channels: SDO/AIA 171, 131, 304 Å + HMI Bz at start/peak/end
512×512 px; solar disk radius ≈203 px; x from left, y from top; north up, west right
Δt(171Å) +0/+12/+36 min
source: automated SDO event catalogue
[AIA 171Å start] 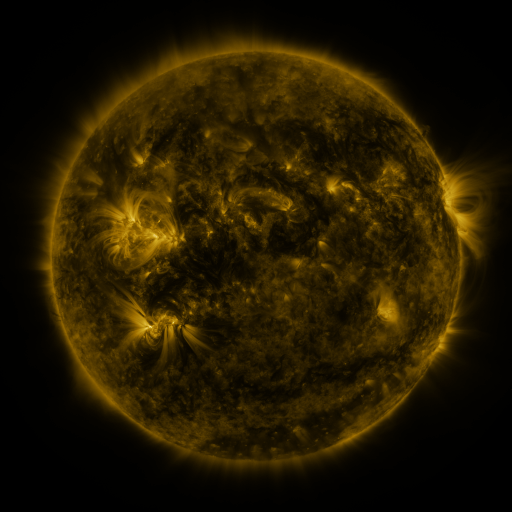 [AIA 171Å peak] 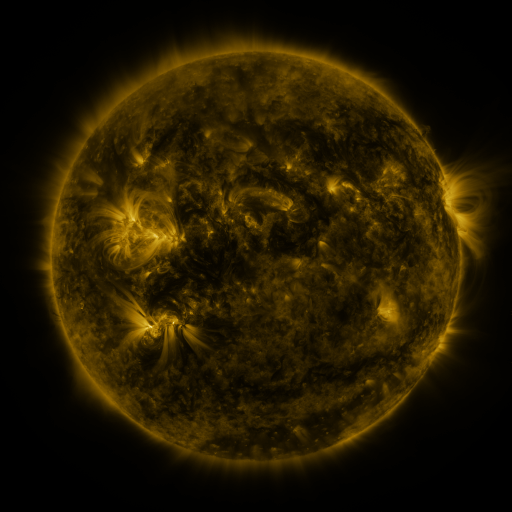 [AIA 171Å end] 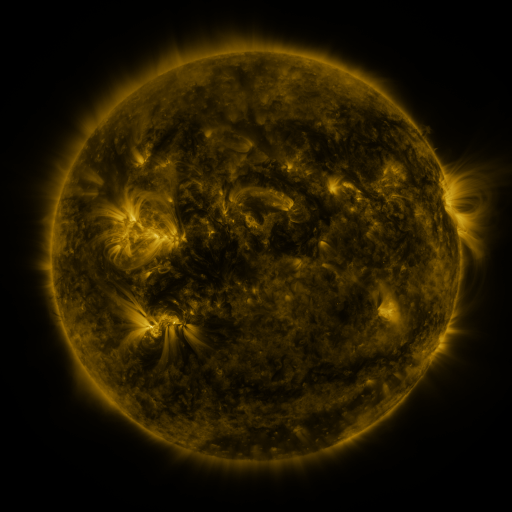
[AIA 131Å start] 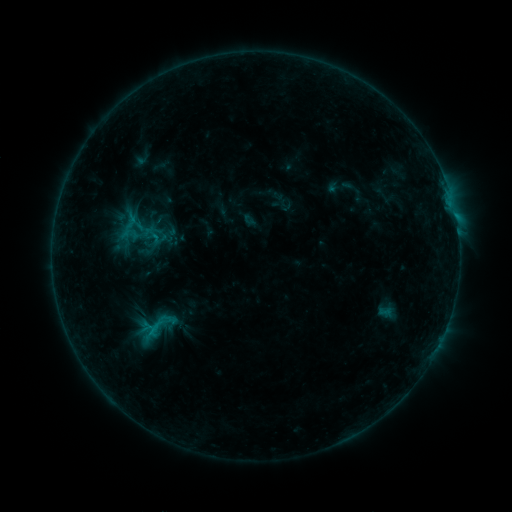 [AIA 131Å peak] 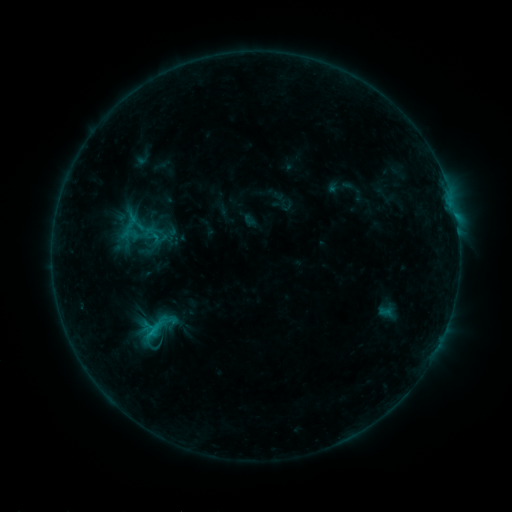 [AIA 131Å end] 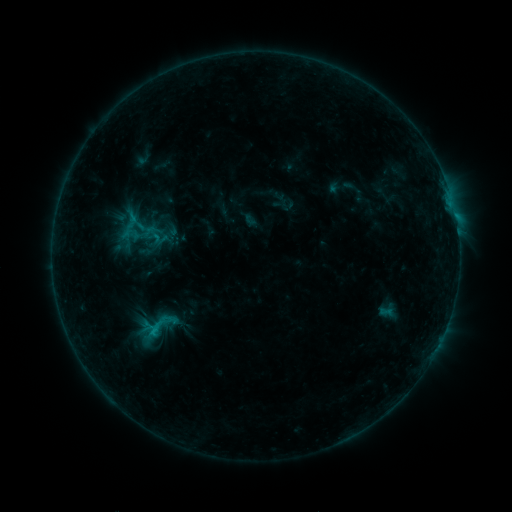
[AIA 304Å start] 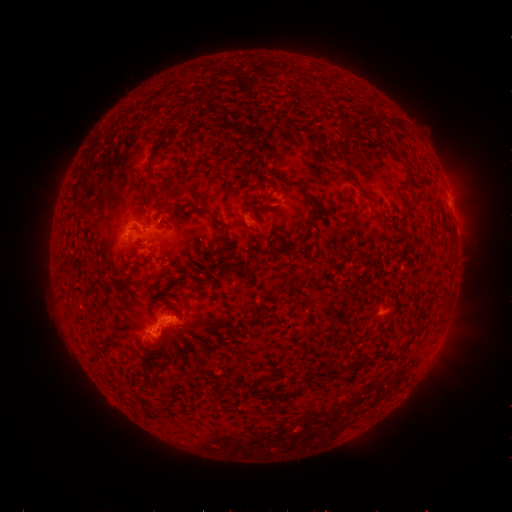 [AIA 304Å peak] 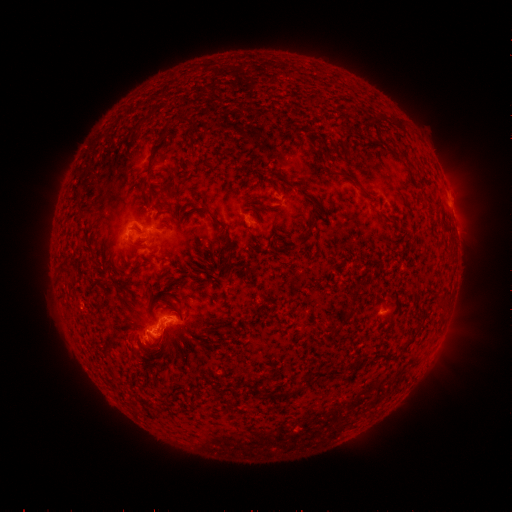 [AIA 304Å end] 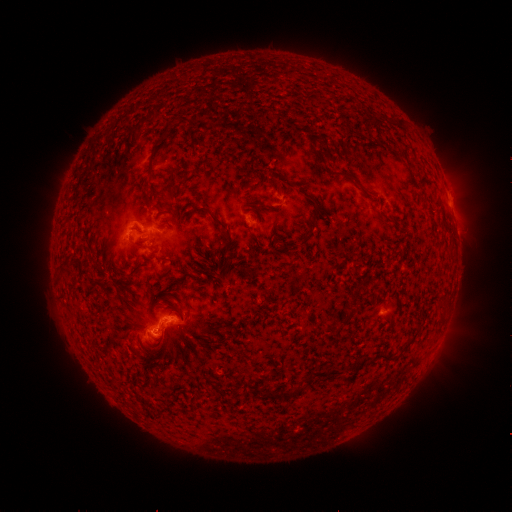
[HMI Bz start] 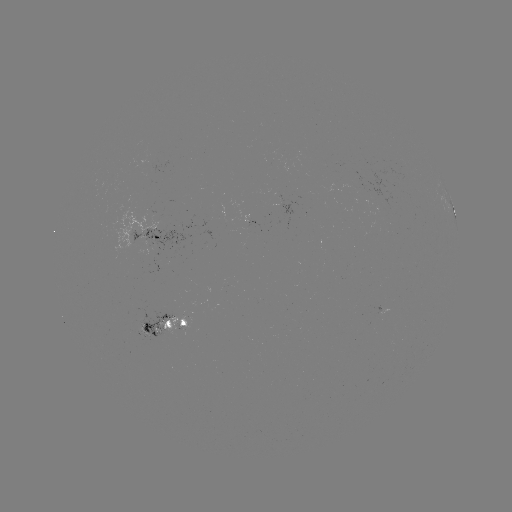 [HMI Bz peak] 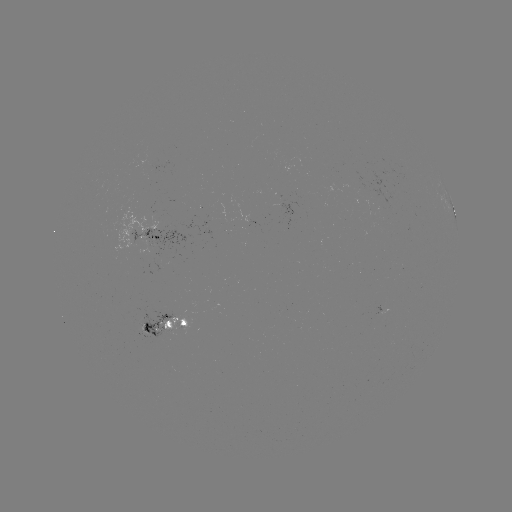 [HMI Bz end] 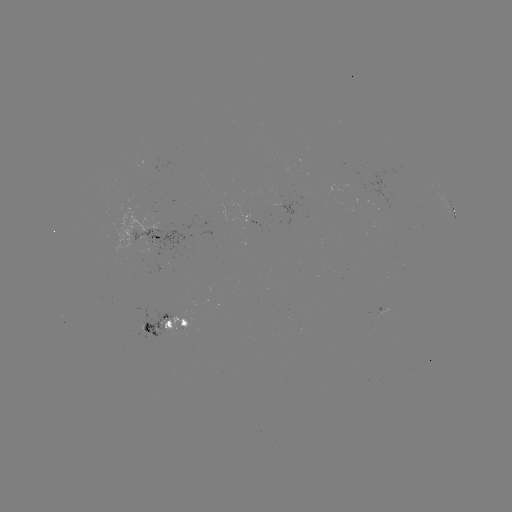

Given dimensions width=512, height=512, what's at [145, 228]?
C1.0 flare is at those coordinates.